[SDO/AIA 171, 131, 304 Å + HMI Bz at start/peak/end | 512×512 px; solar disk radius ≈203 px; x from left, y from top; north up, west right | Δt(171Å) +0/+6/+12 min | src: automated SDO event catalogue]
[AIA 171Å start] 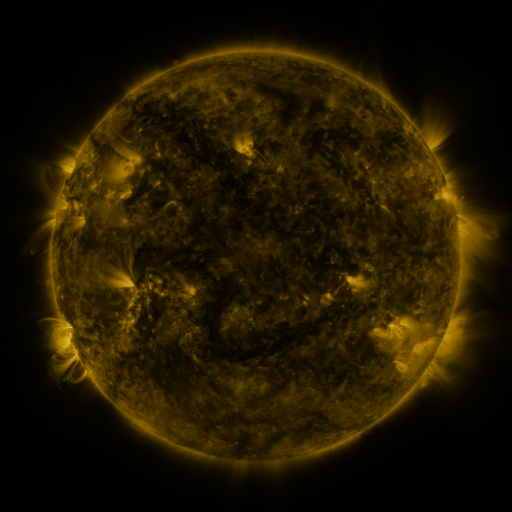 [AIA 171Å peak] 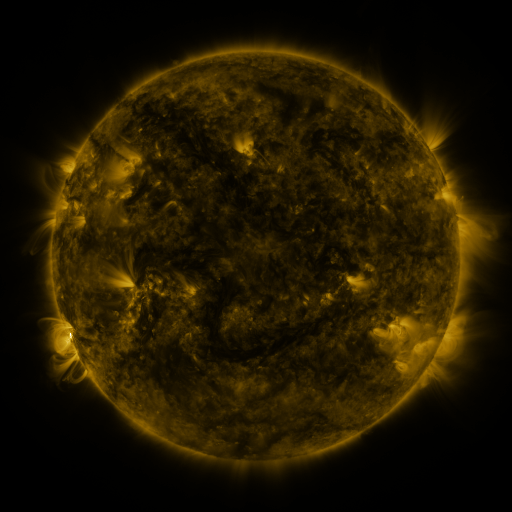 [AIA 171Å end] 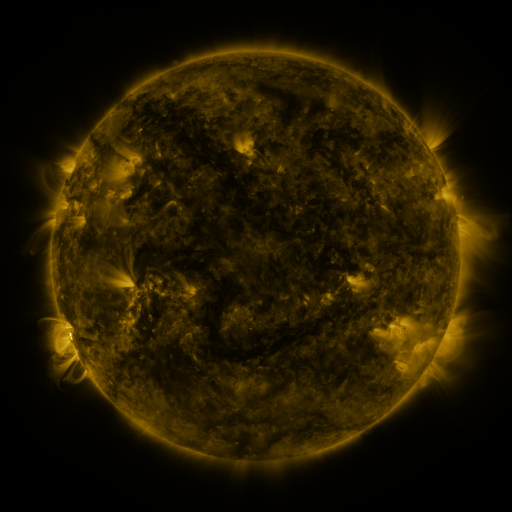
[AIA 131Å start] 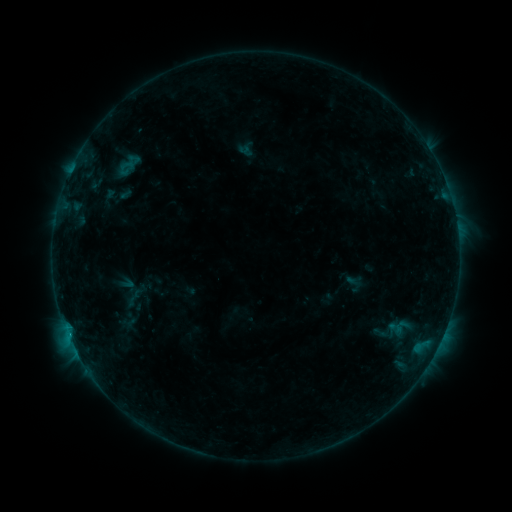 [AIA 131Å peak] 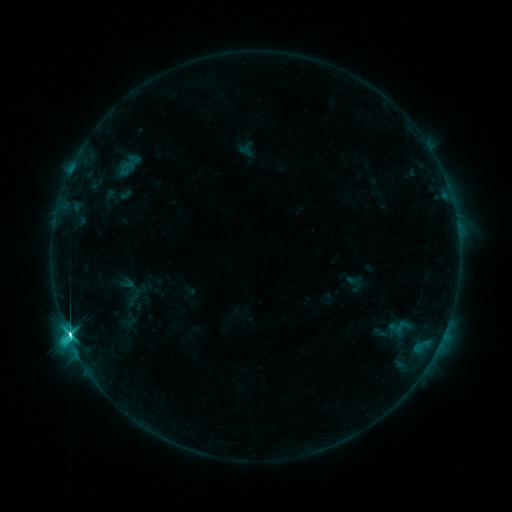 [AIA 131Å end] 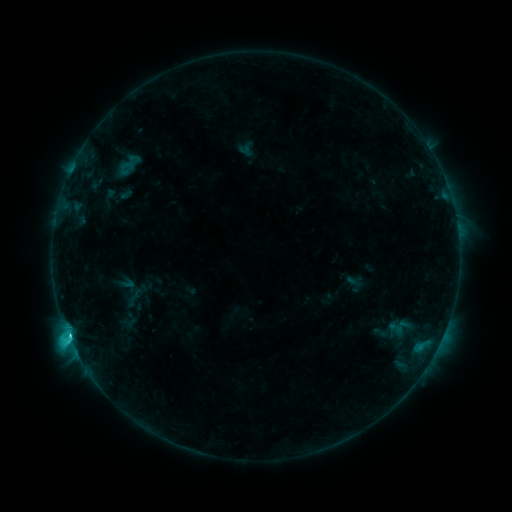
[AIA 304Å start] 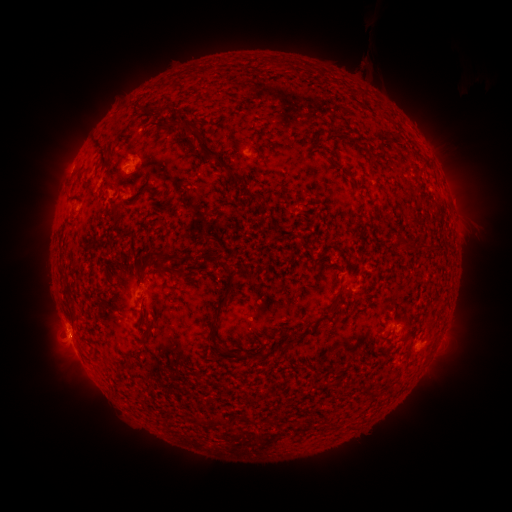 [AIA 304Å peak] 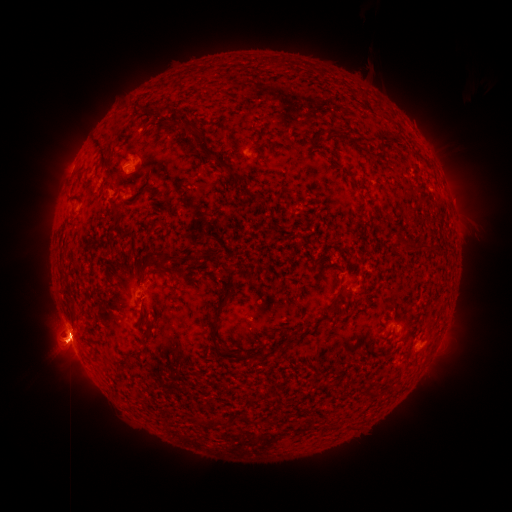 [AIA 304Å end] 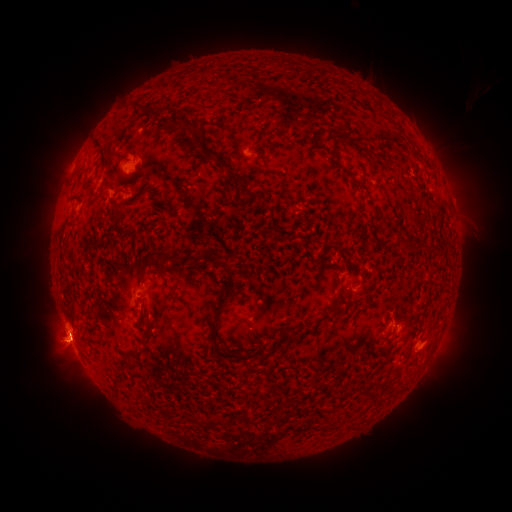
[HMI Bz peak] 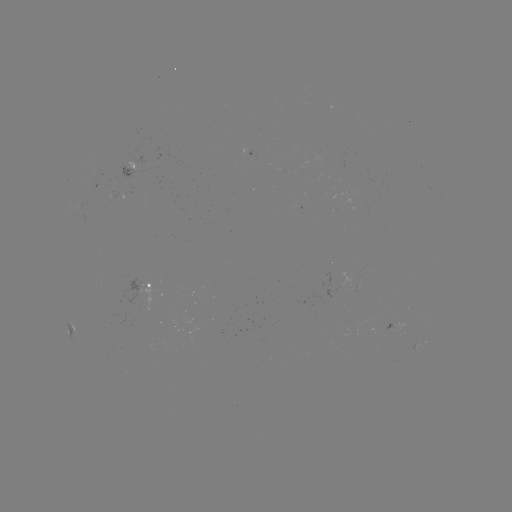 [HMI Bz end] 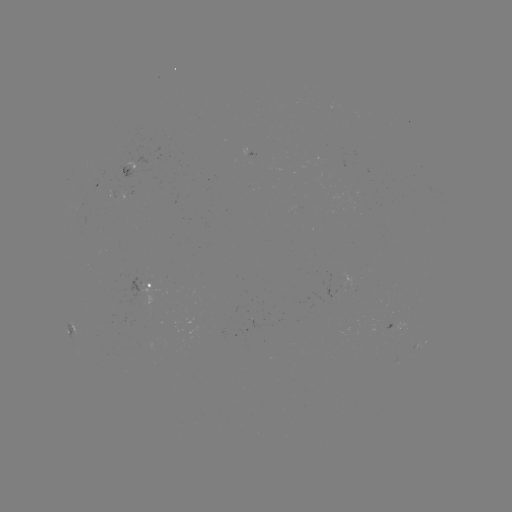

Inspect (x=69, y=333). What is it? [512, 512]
M1.0 flare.